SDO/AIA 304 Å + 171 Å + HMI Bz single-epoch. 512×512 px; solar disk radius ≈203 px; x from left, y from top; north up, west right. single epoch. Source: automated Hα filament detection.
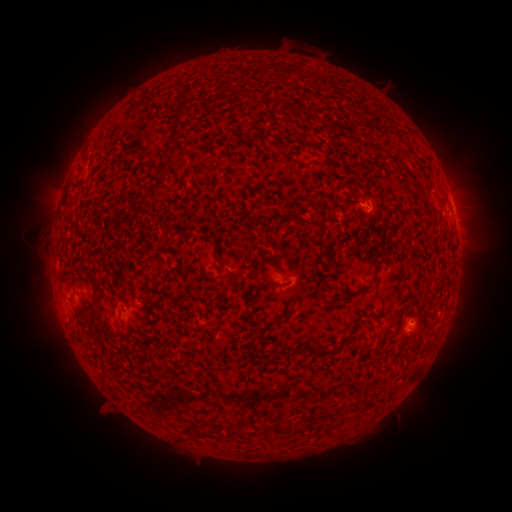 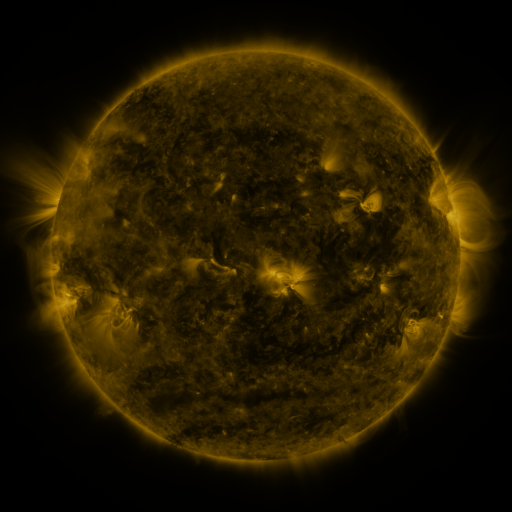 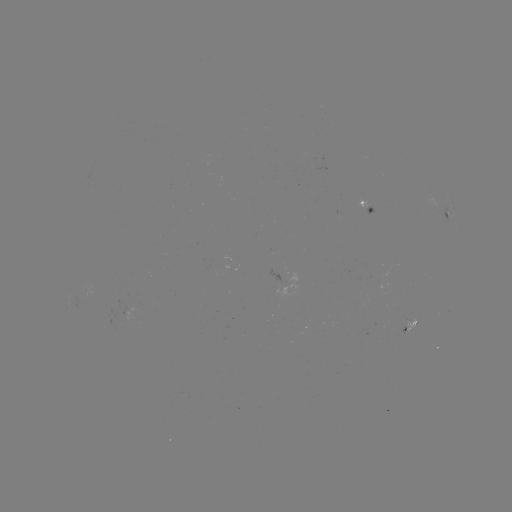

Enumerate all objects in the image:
filament: (282, 68, 290, 79)
filament: (156, 119, 179, 179)
filament: (390, 160, 401, 173)
filament: (248, 202, 254, 211)
filament: (291, 214, 300, 226)
filament: (306, 219, 323, 229)
filament: (89, 269, 101, 316)
filament: (246, 279, 283, 293)
filament: (301, 341, 331, 355)
filament: (152, 372, 164, 380)
filament: (274, 420, 289, 435)
filament: (228, 428, 247, 437)
